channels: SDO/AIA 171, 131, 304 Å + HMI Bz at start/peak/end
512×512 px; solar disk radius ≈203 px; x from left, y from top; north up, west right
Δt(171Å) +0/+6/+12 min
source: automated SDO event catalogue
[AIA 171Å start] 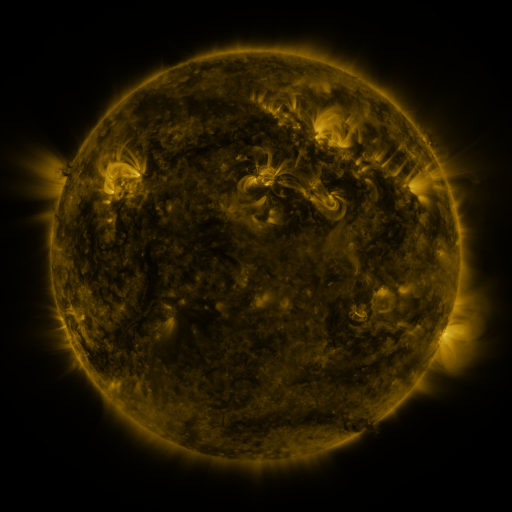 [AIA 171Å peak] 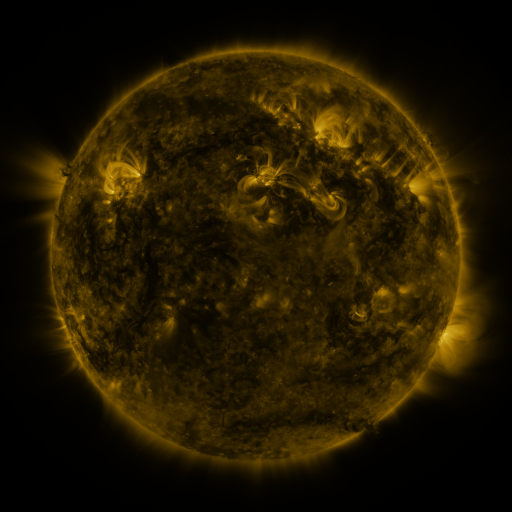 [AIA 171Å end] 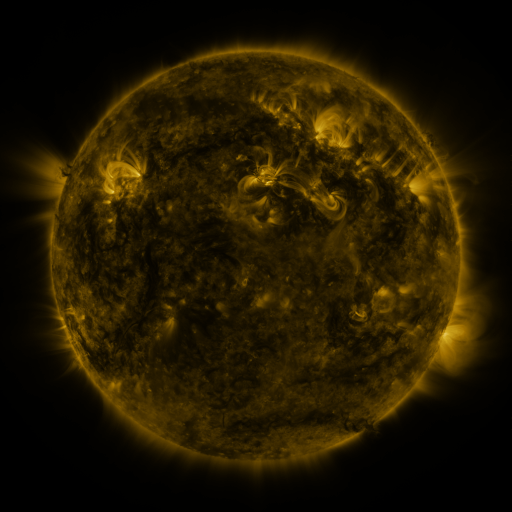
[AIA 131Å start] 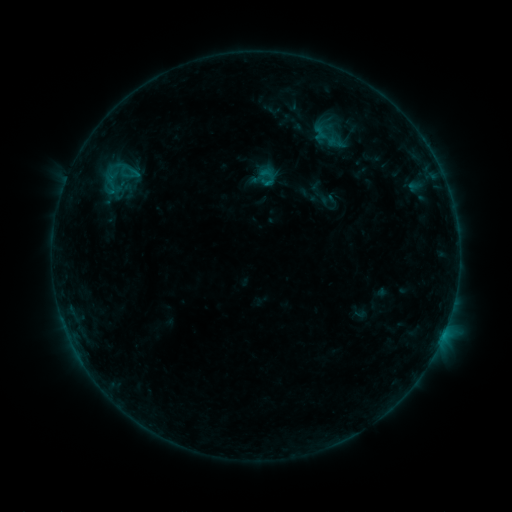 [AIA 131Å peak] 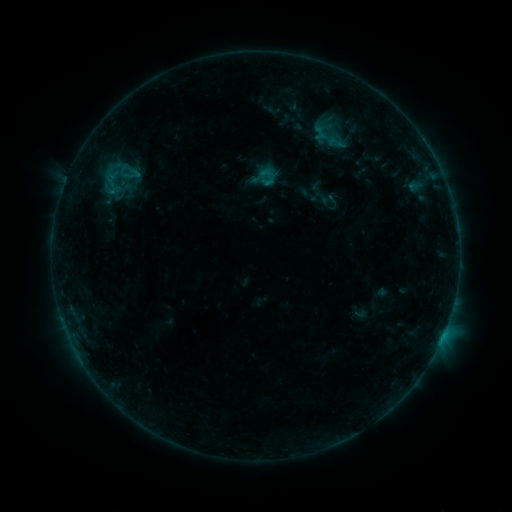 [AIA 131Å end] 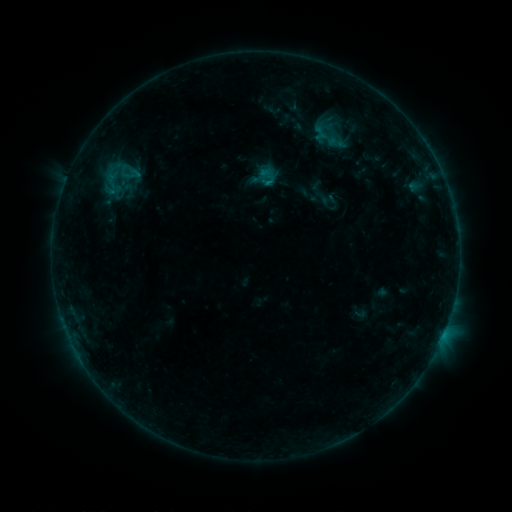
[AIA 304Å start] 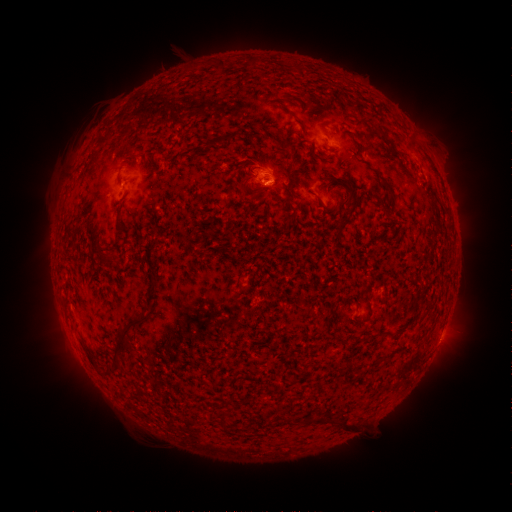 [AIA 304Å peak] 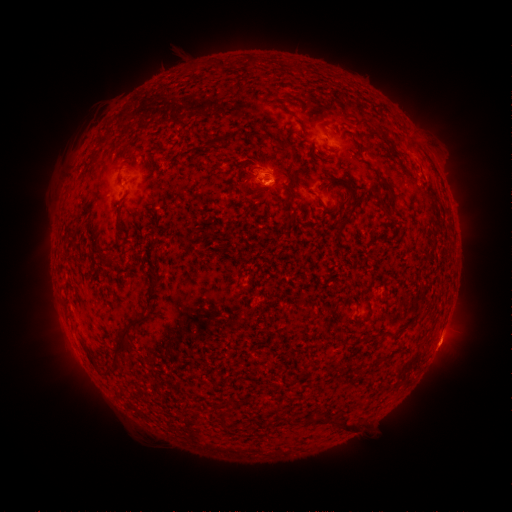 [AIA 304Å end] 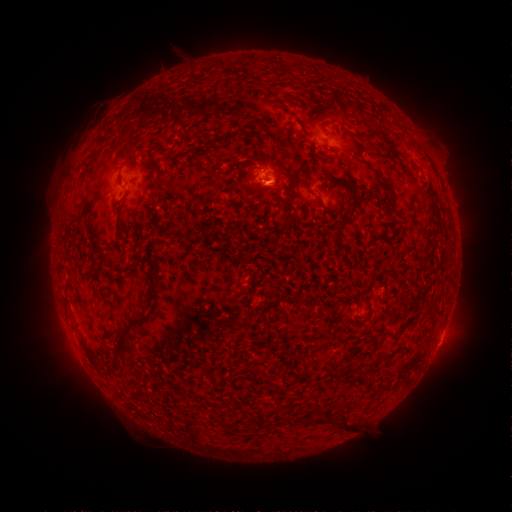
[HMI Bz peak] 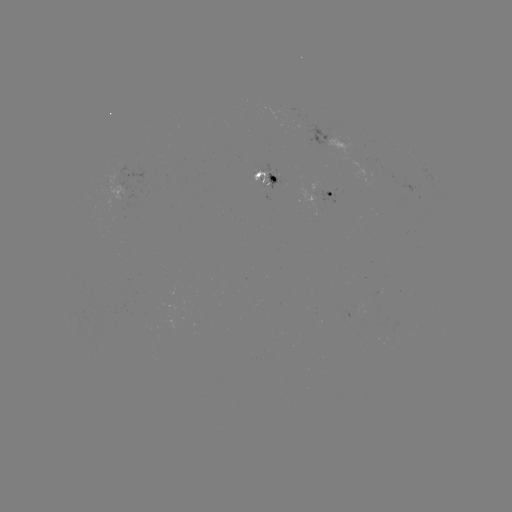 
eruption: (419, 329, 469, 373)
